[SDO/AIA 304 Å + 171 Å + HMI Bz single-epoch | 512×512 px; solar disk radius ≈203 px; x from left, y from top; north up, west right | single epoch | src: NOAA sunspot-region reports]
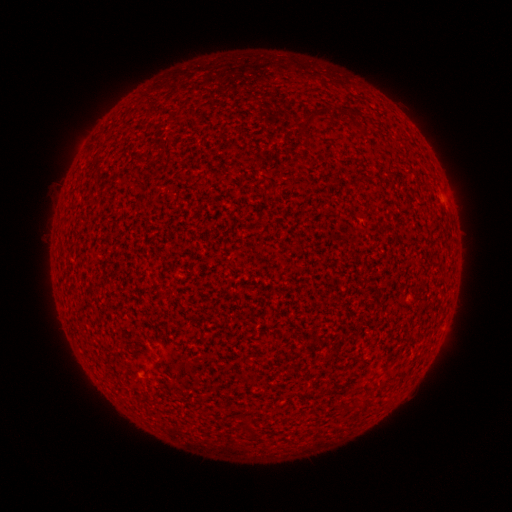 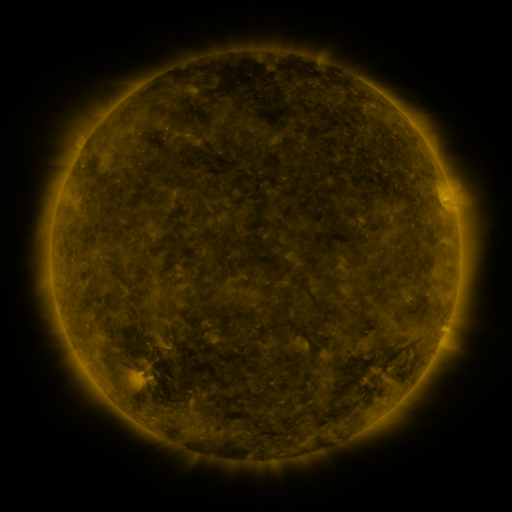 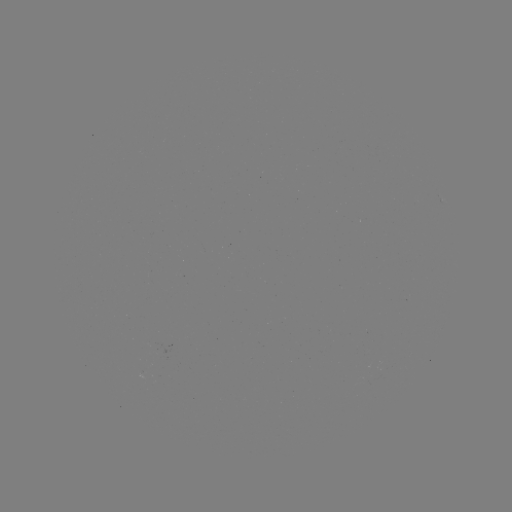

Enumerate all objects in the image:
(none)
